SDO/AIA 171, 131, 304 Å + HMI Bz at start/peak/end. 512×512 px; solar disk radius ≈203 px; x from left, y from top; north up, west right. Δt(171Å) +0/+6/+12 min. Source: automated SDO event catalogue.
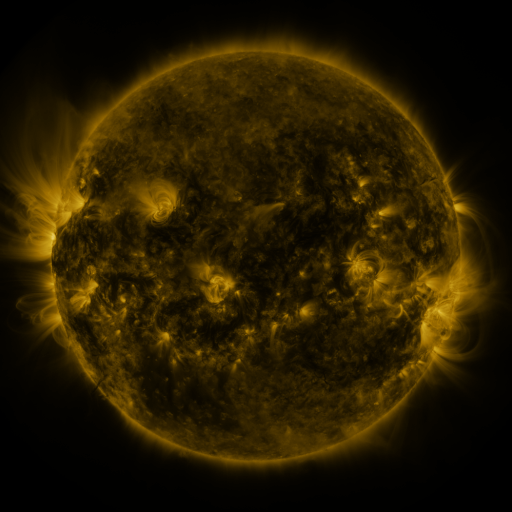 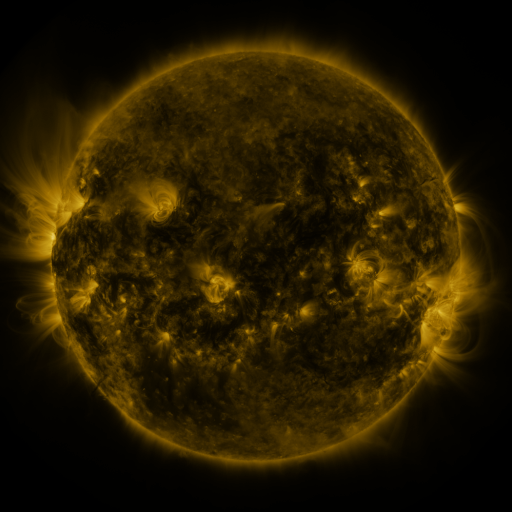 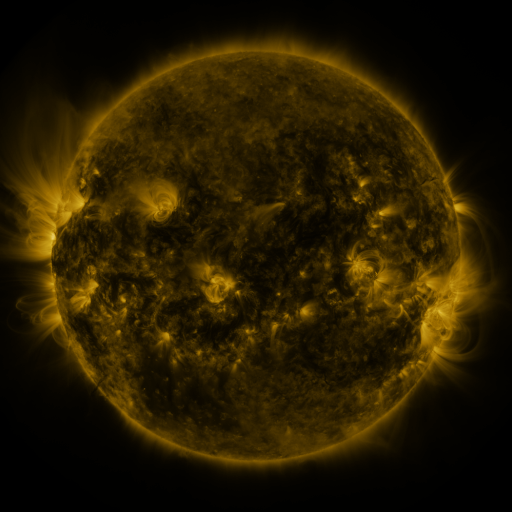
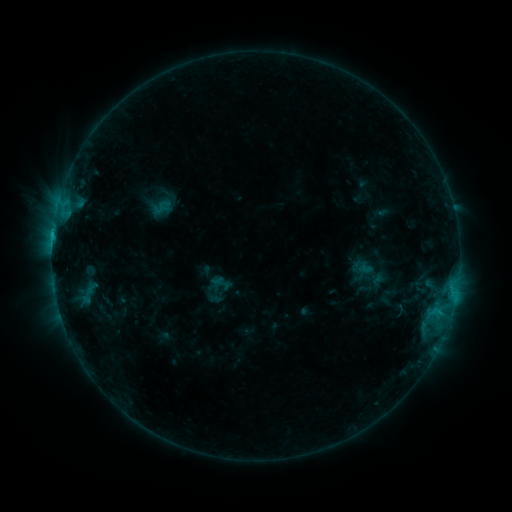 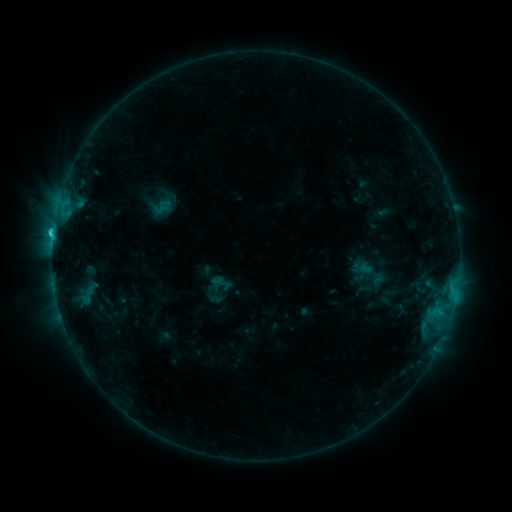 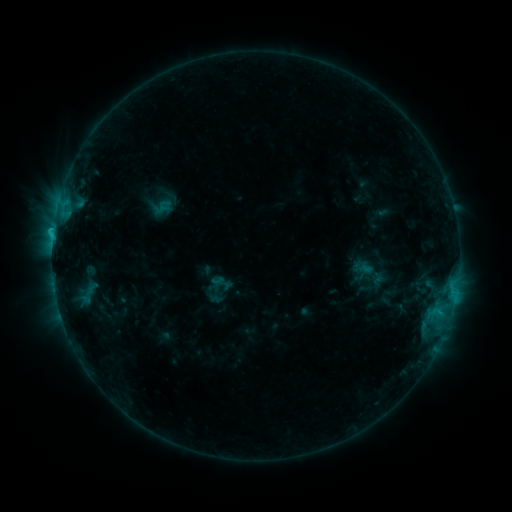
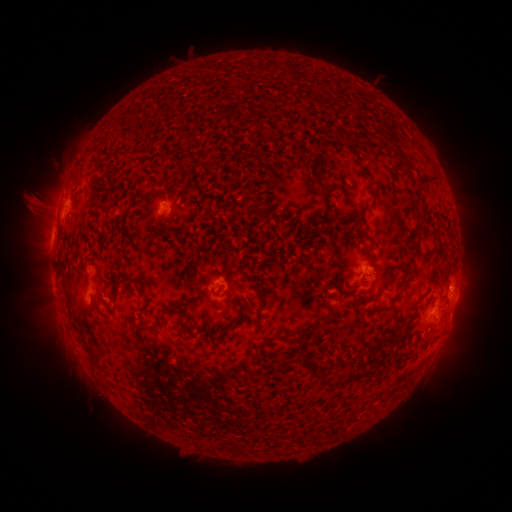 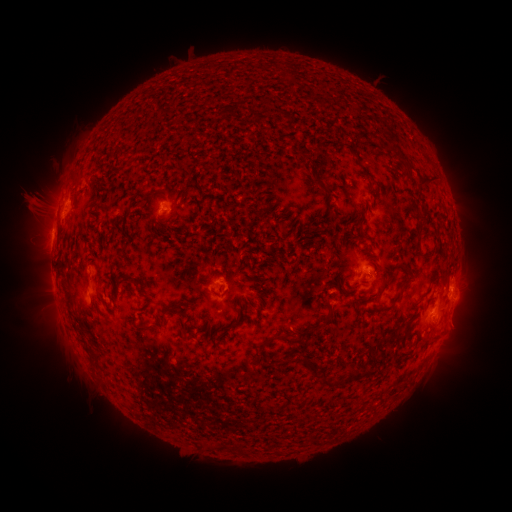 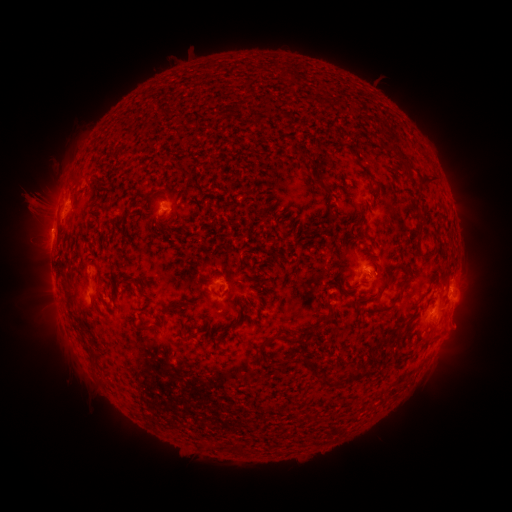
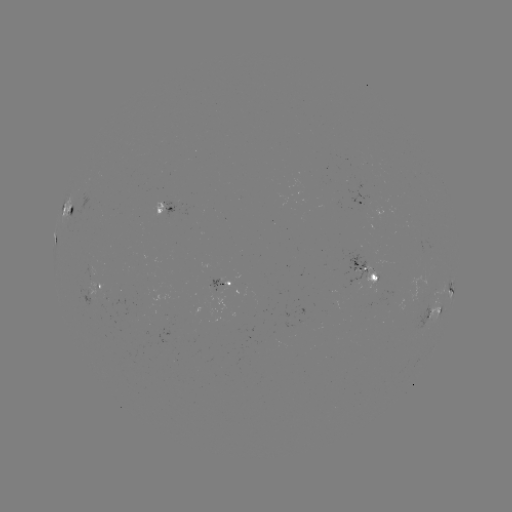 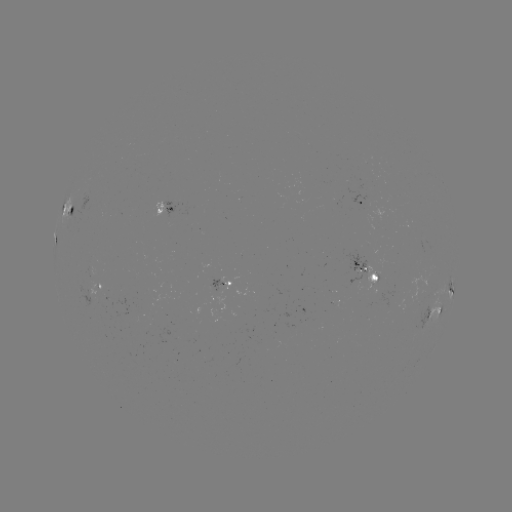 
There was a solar flare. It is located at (54, 234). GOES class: C1.5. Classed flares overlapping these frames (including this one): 1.